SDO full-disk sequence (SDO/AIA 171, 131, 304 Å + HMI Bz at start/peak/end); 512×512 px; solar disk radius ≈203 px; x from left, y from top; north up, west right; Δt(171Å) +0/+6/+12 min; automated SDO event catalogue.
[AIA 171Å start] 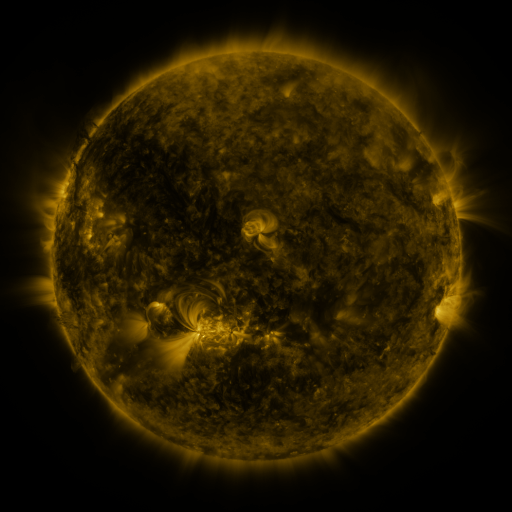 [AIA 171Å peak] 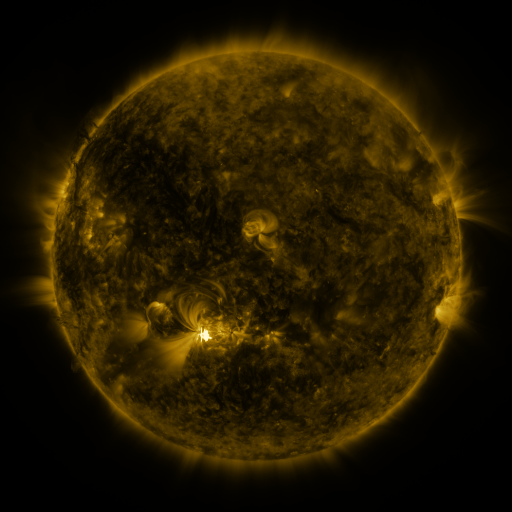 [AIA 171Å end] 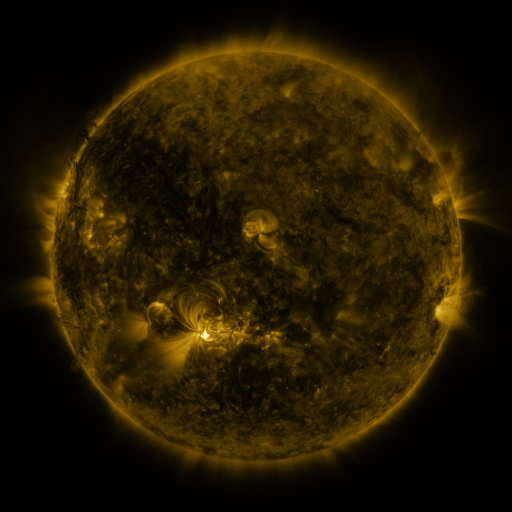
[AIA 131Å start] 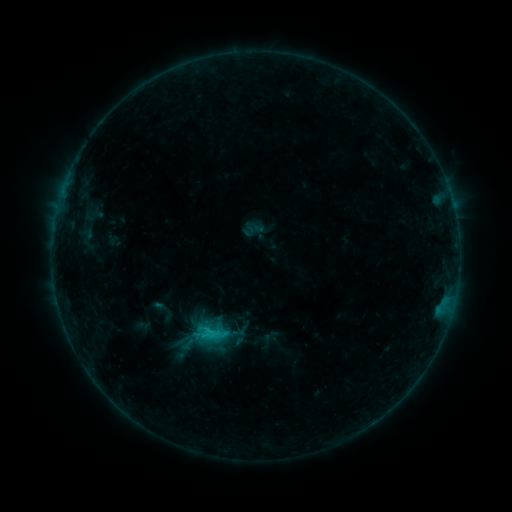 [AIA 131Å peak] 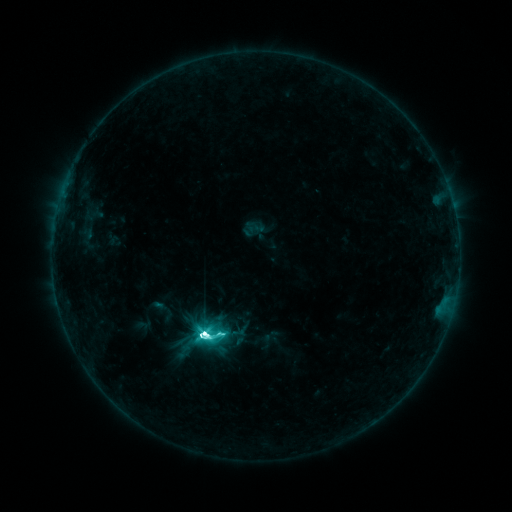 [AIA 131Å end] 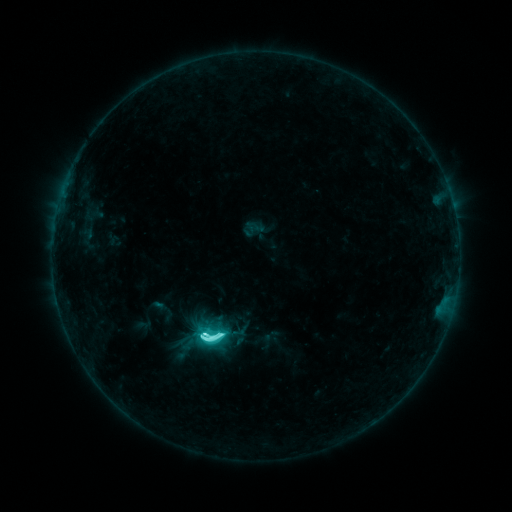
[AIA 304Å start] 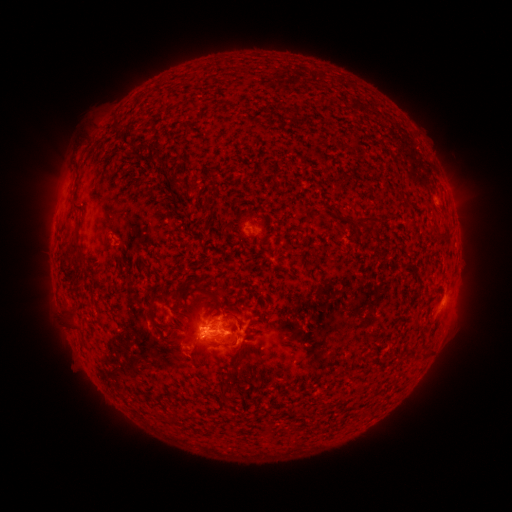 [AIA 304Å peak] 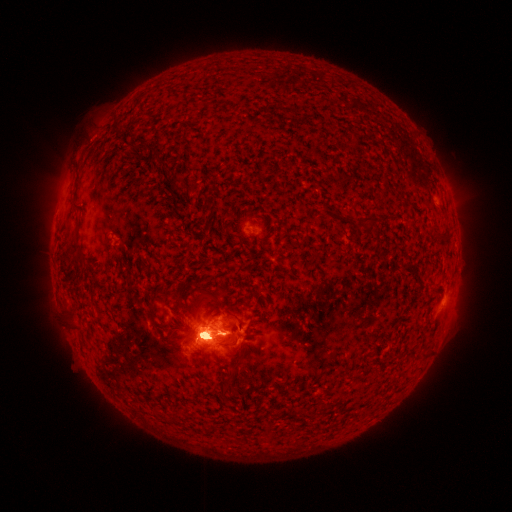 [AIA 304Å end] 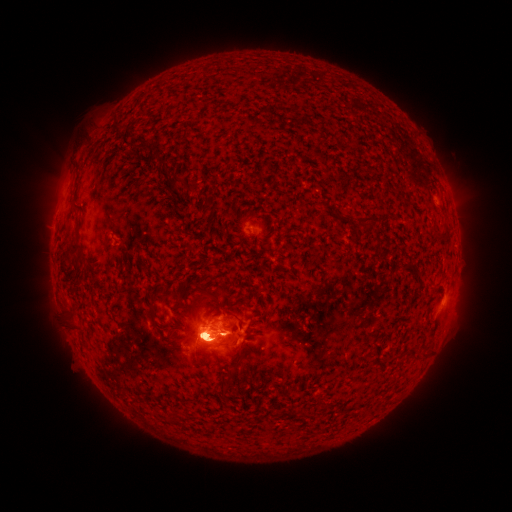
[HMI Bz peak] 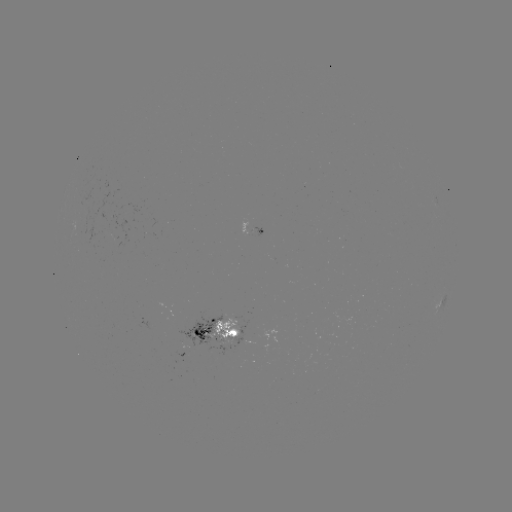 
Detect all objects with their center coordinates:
M3.5 flare: (205, 334)
